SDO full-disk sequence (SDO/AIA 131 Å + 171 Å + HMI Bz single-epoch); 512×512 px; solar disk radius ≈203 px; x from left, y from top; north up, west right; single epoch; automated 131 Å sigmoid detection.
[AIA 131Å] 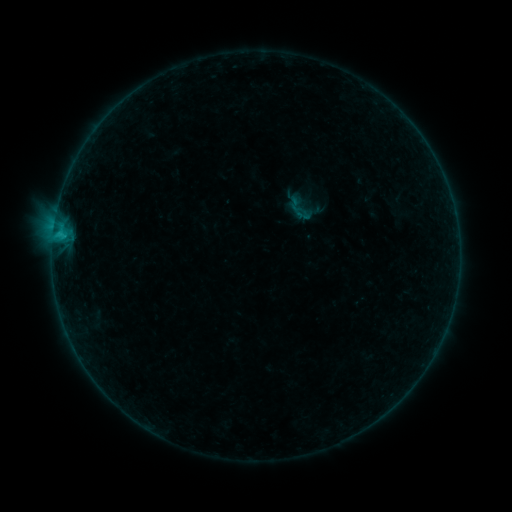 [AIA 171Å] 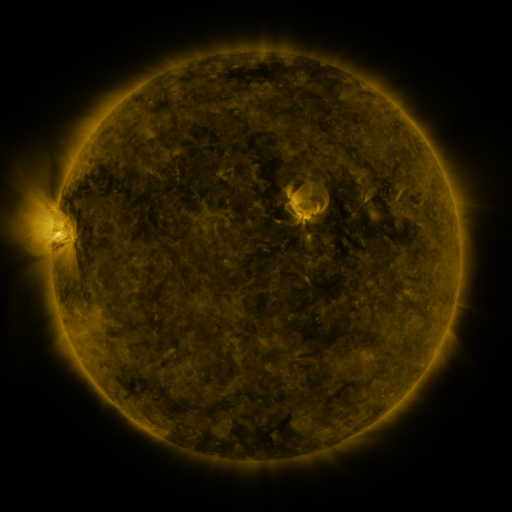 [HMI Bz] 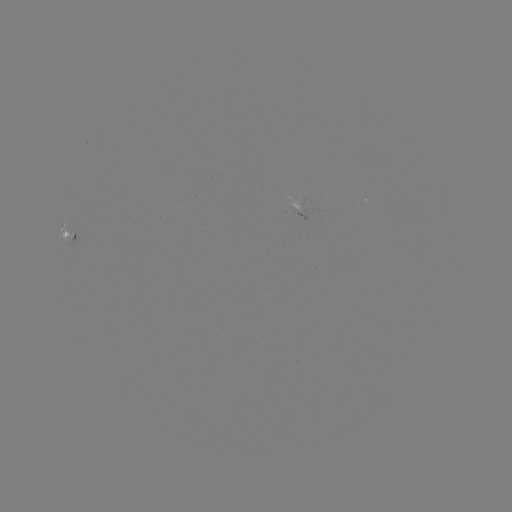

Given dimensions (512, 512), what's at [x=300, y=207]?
sigmoid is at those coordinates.